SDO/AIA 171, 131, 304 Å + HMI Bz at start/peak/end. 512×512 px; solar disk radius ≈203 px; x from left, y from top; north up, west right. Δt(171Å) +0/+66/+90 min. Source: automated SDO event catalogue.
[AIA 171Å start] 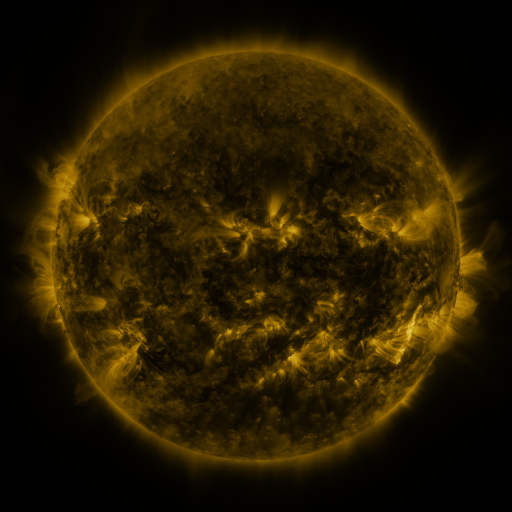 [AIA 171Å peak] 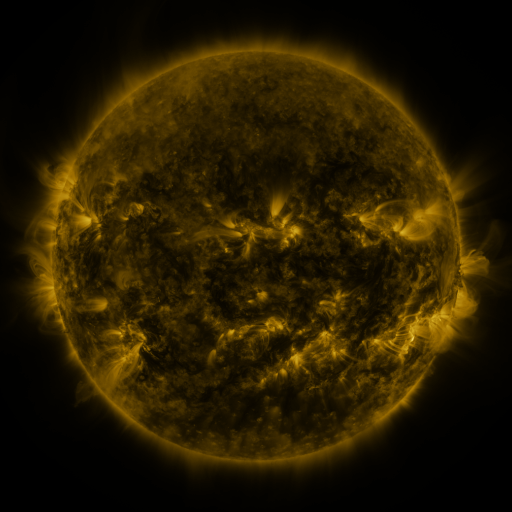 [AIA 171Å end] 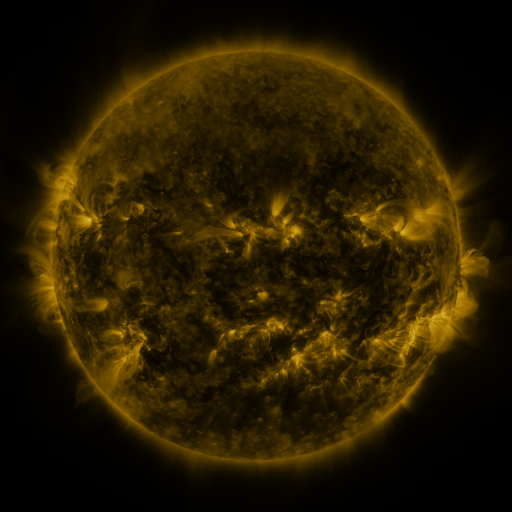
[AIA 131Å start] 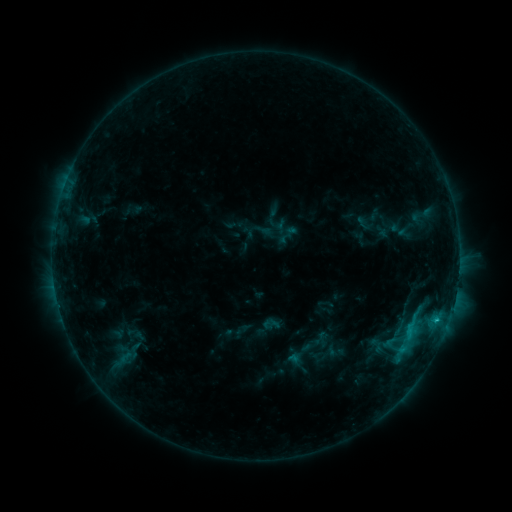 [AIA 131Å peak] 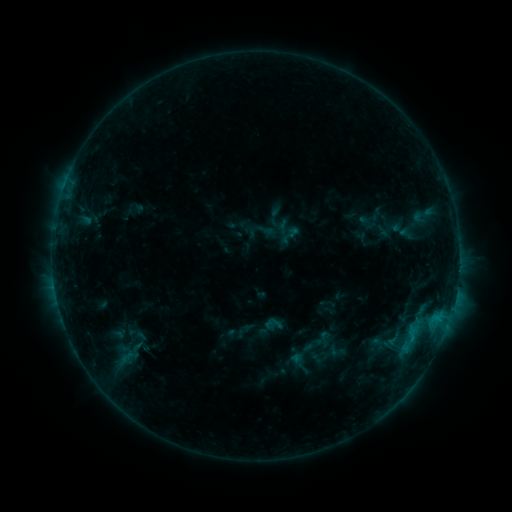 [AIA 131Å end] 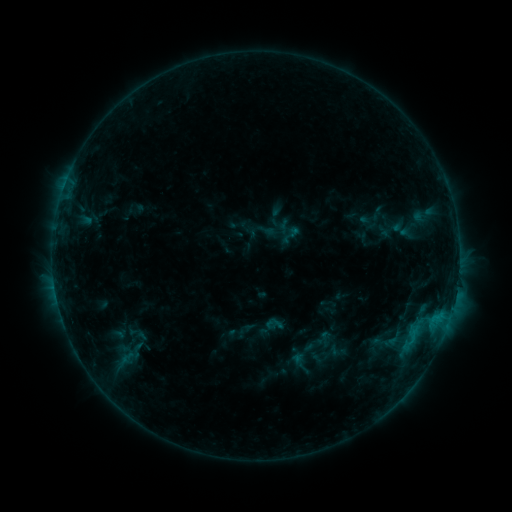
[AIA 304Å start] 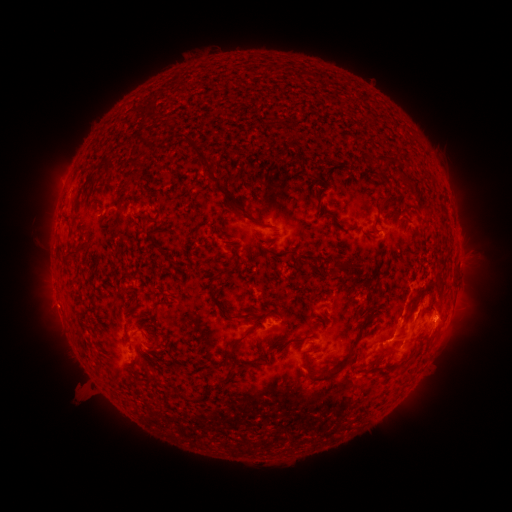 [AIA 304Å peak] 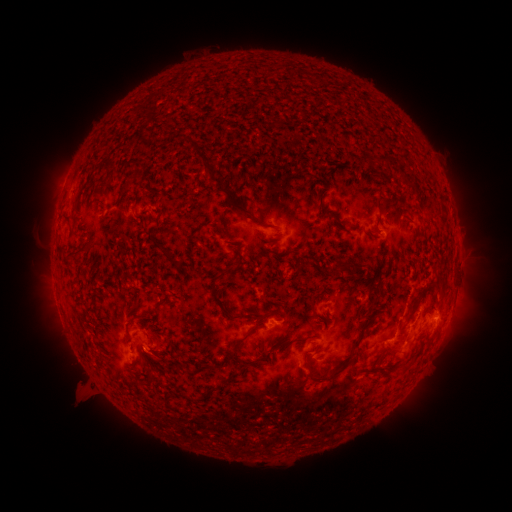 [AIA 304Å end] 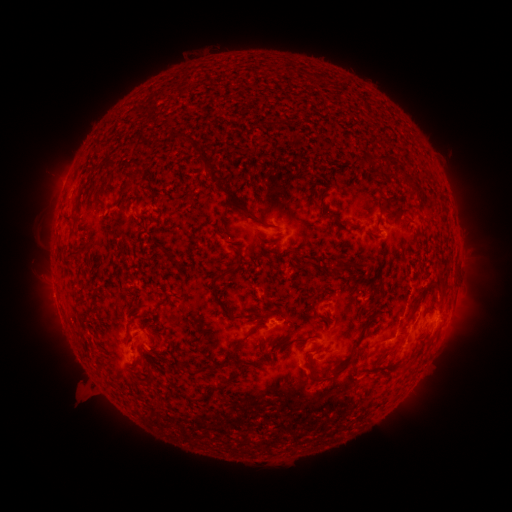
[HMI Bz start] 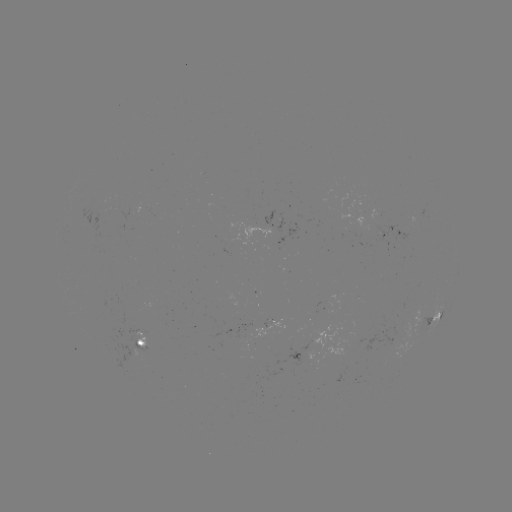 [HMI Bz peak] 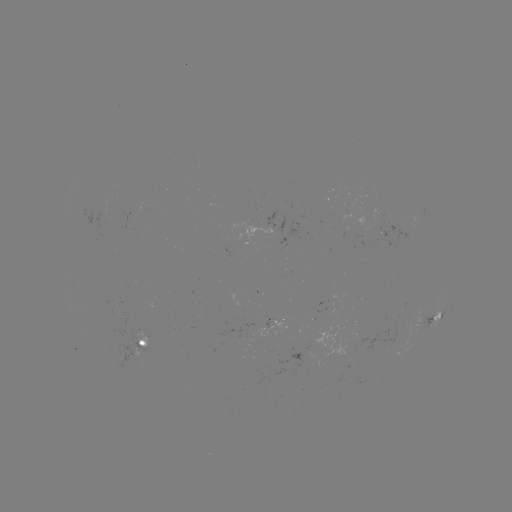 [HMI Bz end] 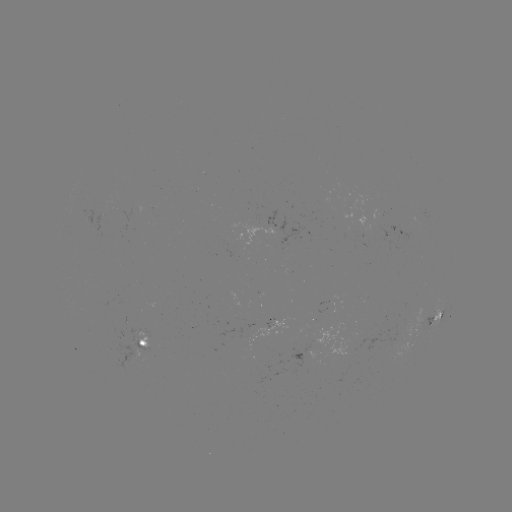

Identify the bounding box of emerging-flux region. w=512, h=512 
[286, 347, 317, 371].